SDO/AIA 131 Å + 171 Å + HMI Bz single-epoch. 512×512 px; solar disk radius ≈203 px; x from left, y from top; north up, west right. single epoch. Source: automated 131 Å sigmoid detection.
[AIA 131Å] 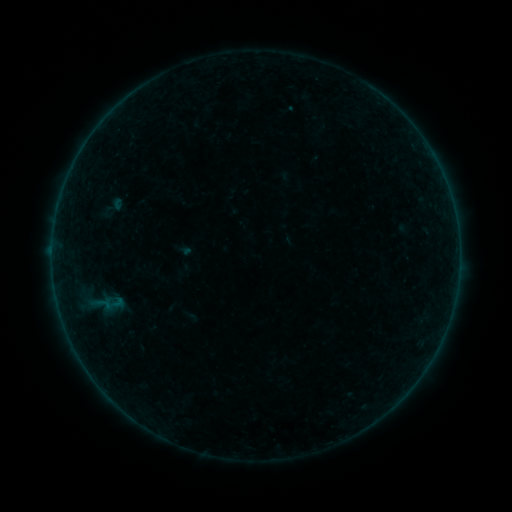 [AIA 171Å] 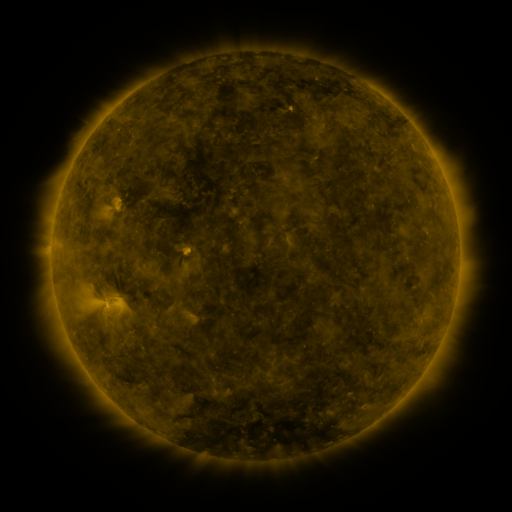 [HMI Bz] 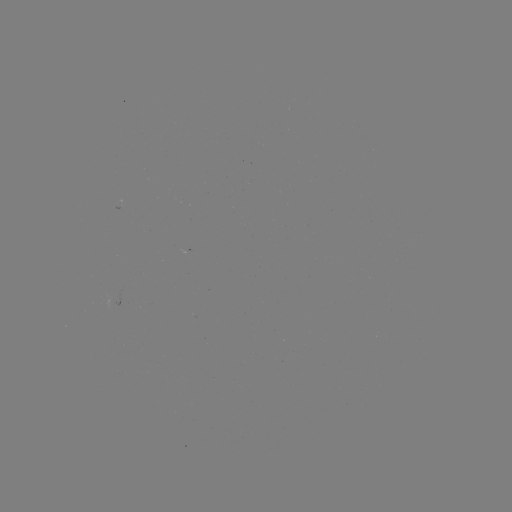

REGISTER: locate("sigmoid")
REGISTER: (112, 207)